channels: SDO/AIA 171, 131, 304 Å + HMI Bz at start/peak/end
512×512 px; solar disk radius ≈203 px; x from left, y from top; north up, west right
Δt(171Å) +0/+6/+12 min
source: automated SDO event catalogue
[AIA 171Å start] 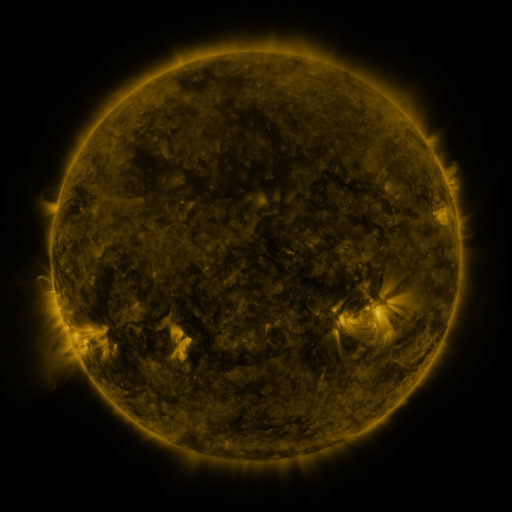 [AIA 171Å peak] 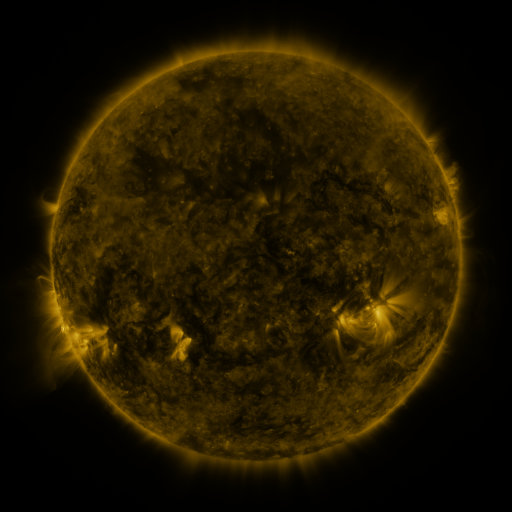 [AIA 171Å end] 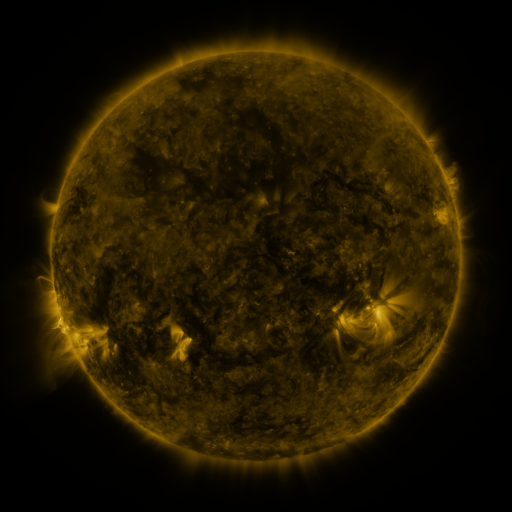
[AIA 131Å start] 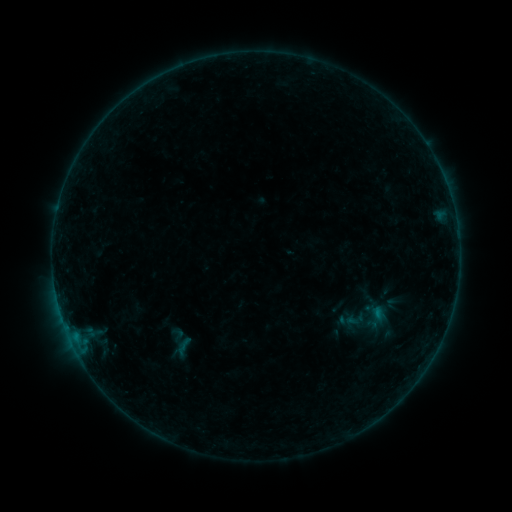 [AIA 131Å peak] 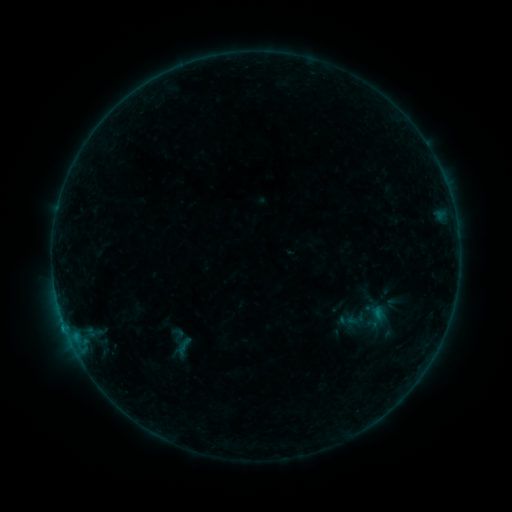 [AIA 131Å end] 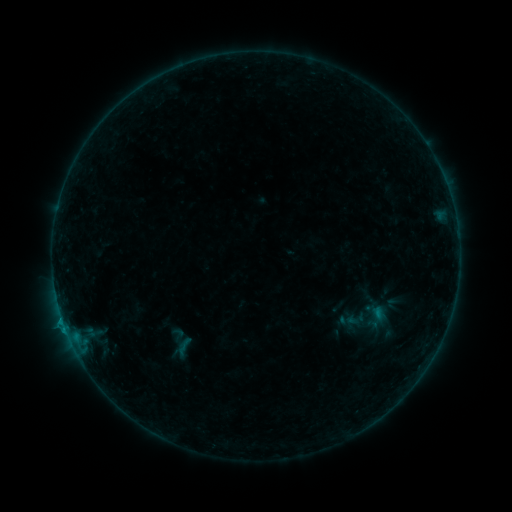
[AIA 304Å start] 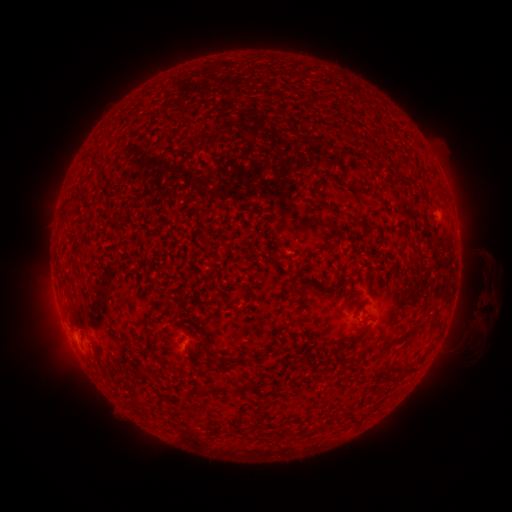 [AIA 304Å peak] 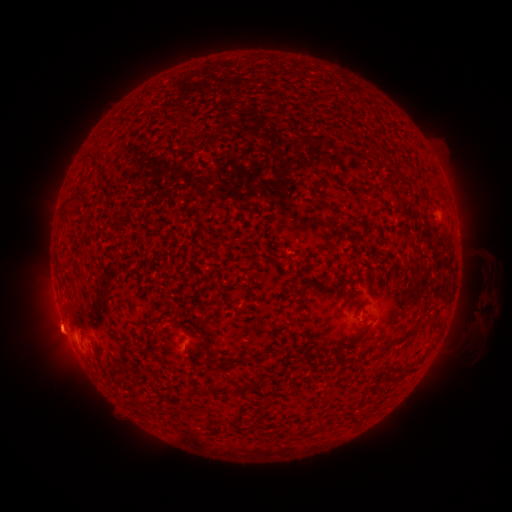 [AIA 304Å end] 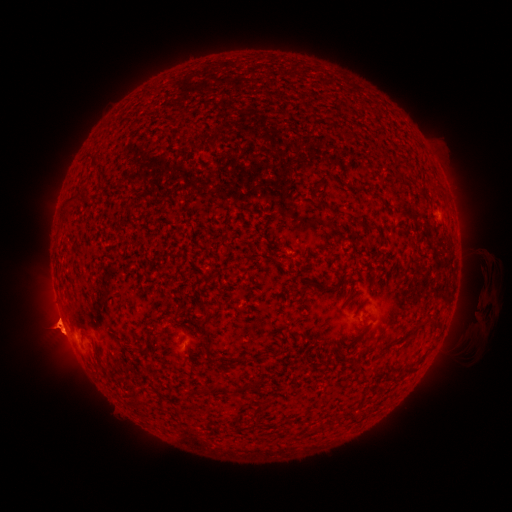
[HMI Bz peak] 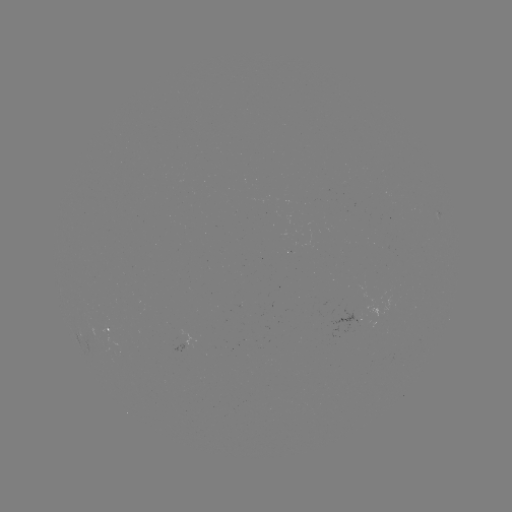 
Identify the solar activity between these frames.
eruption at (58, 331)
